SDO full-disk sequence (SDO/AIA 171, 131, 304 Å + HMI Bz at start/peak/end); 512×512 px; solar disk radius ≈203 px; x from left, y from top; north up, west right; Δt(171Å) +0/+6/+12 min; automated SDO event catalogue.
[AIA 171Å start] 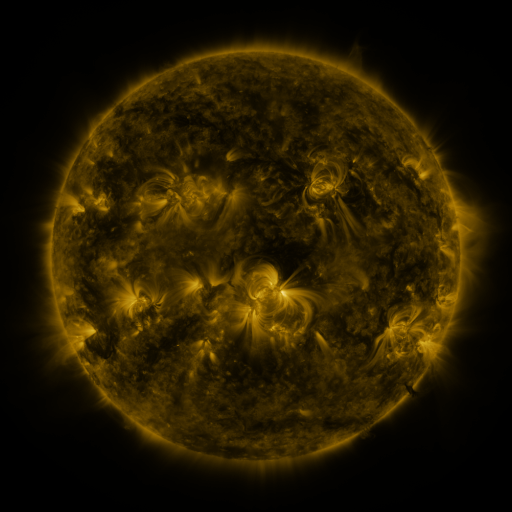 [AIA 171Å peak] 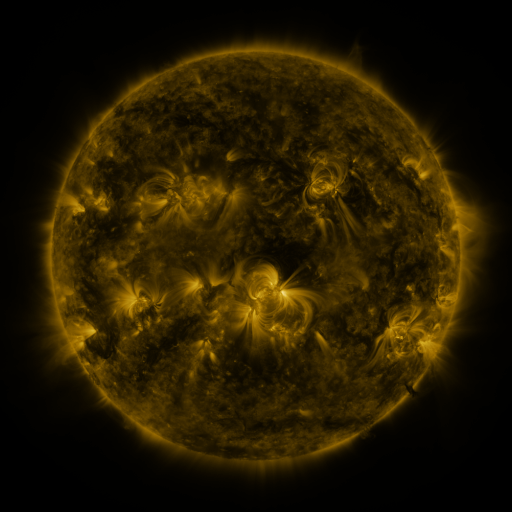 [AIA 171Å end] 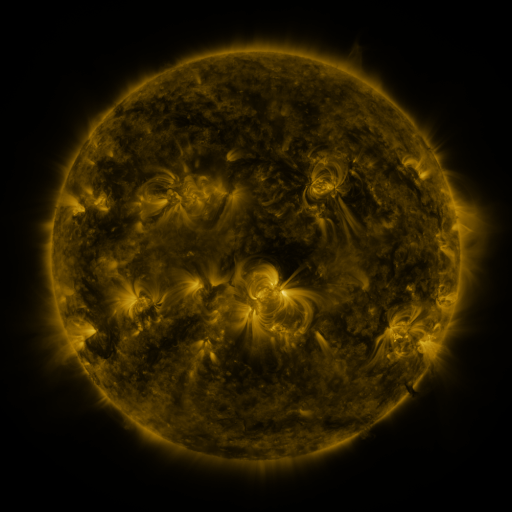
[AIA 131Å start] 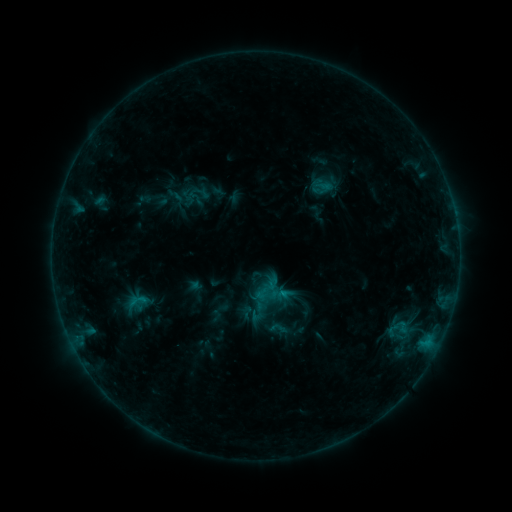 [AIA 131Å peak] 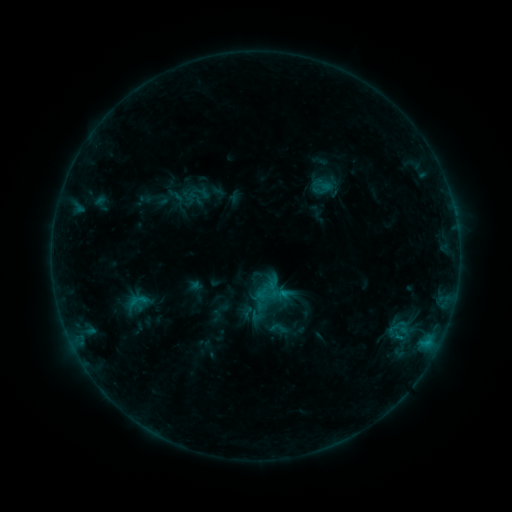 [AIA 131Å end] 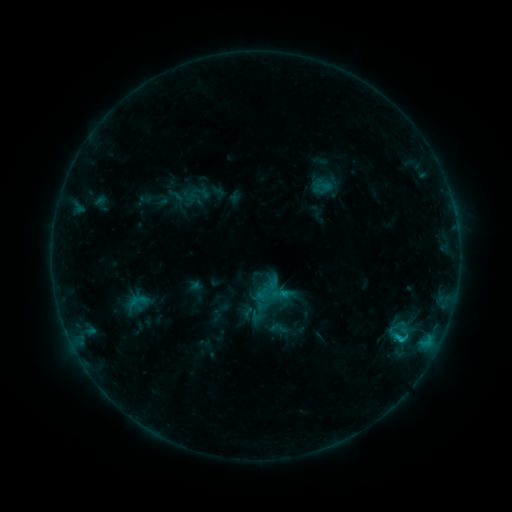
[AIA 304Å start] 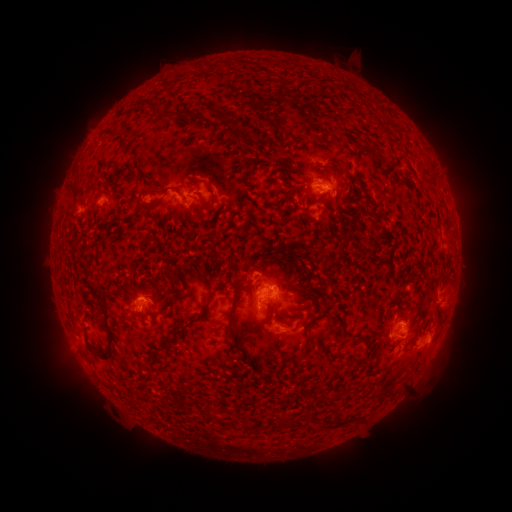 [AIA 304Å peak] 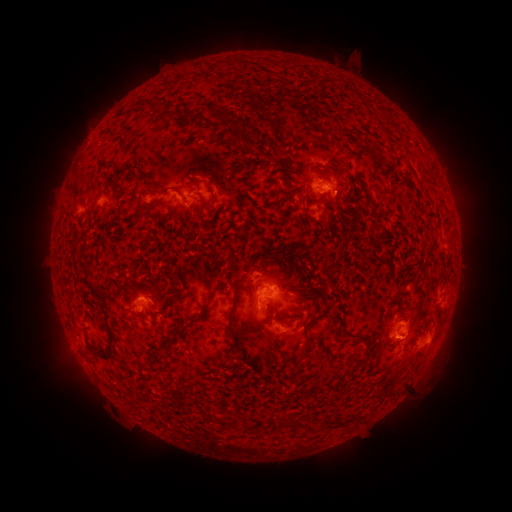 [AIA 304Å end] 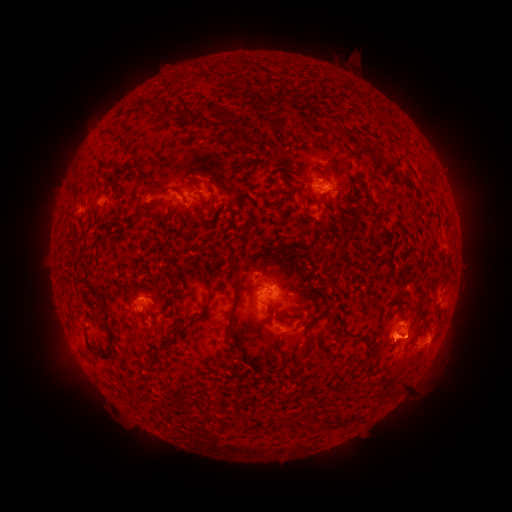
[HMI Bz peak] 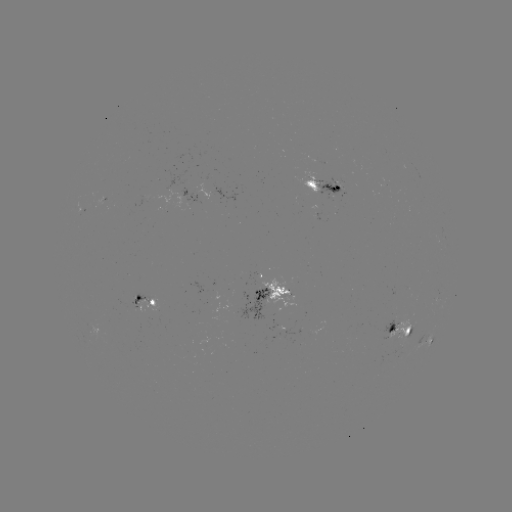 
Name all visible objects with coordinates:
eruption: (460, 341)
